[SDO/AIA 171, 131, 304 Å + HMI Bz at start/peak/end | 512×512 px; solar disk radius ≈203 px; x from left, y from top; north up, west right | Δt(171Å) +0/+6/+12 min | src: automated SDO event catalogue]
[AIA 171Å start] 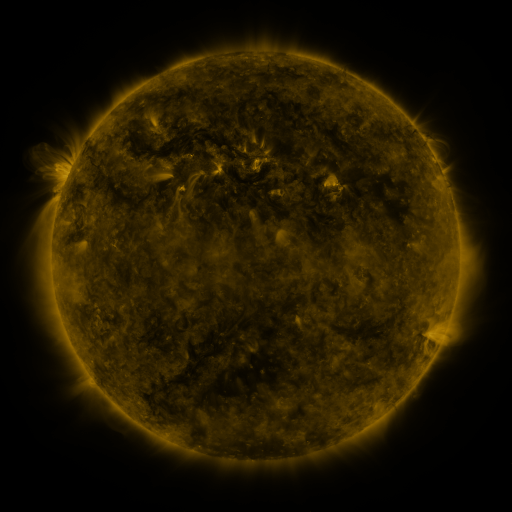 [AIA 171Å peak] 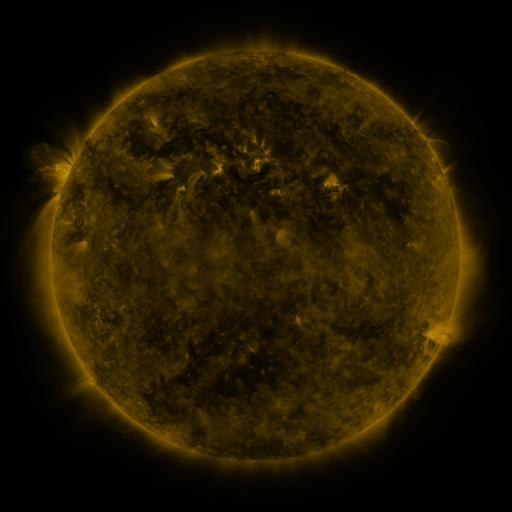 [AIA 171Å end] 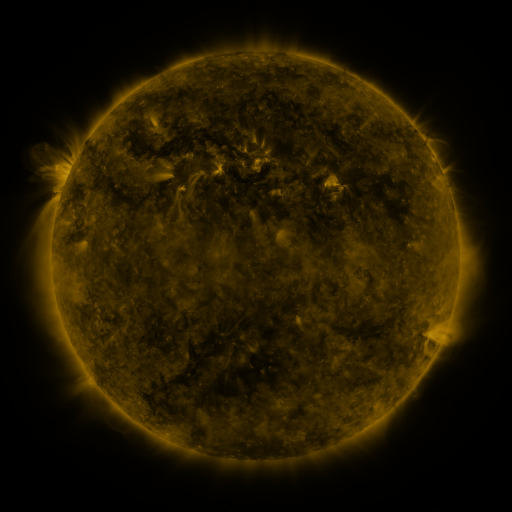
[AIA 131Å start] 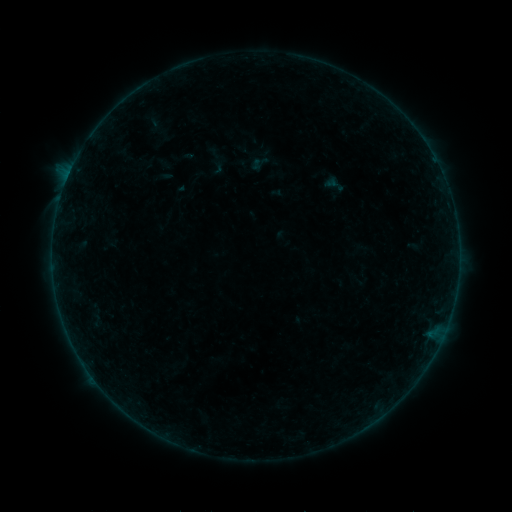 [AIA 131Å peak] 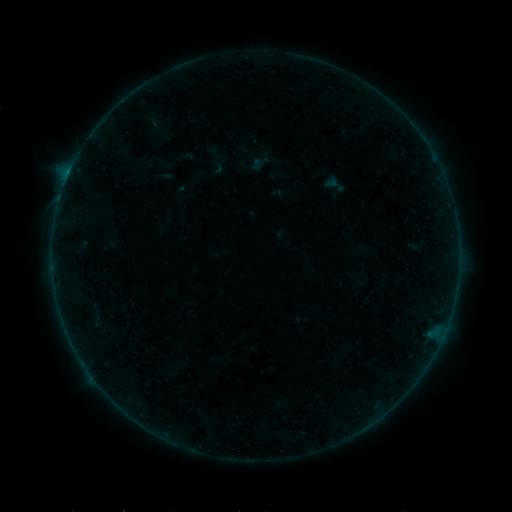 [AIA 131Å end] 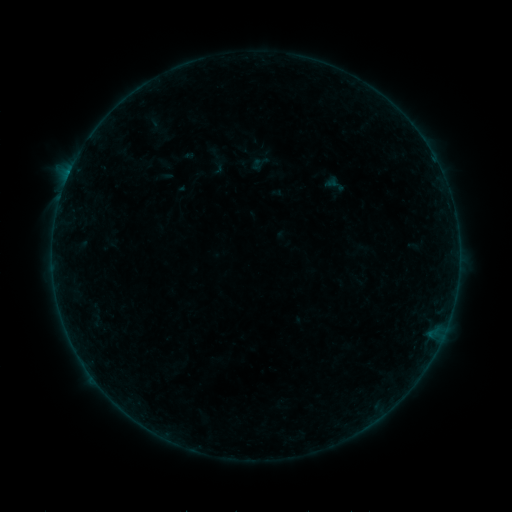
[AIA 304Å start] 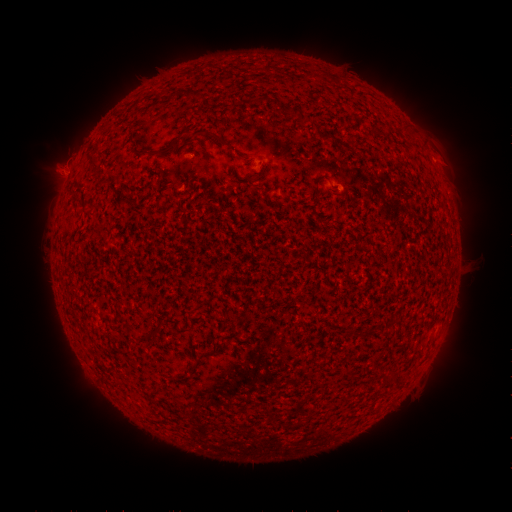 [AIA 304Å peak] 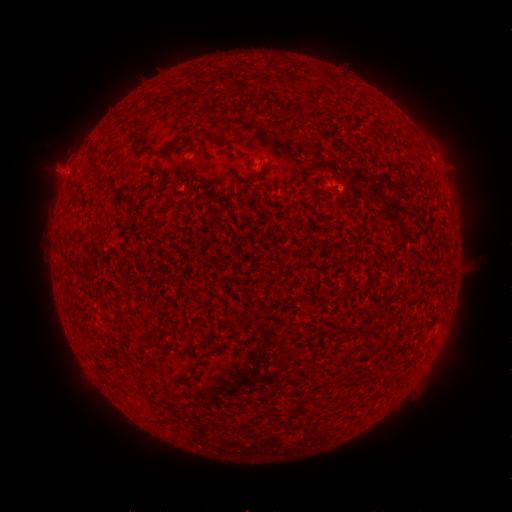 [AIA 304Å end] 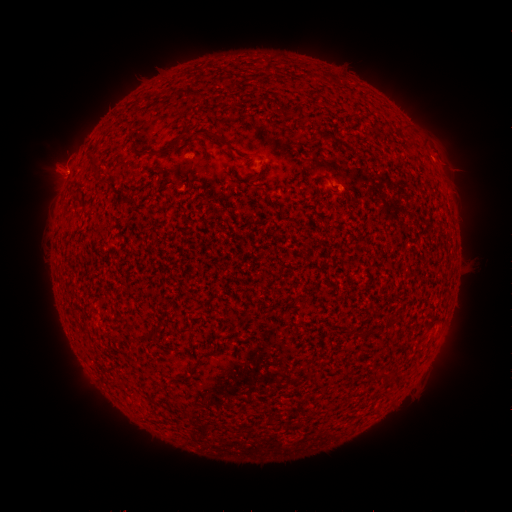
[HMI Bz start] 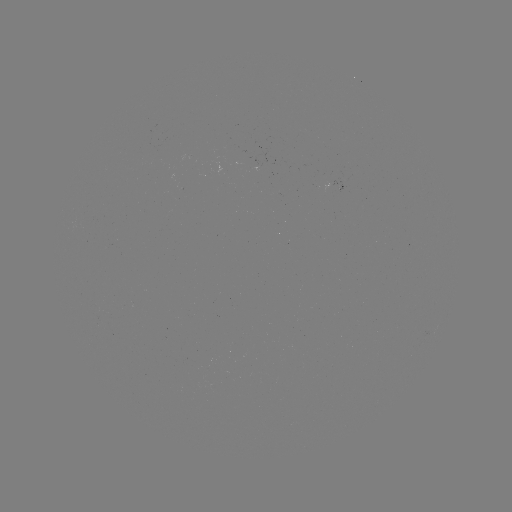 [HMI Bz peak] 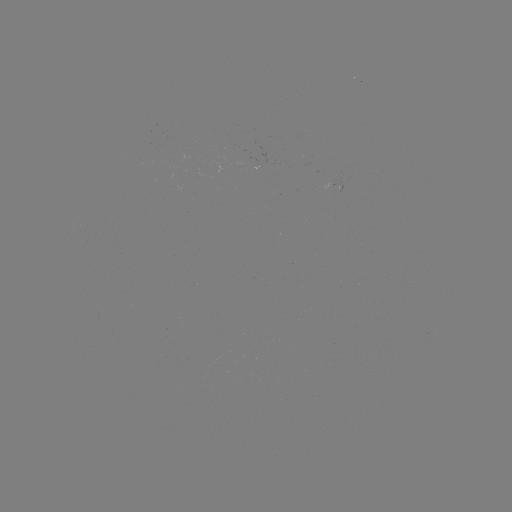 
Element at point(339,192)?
B2.2 flare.